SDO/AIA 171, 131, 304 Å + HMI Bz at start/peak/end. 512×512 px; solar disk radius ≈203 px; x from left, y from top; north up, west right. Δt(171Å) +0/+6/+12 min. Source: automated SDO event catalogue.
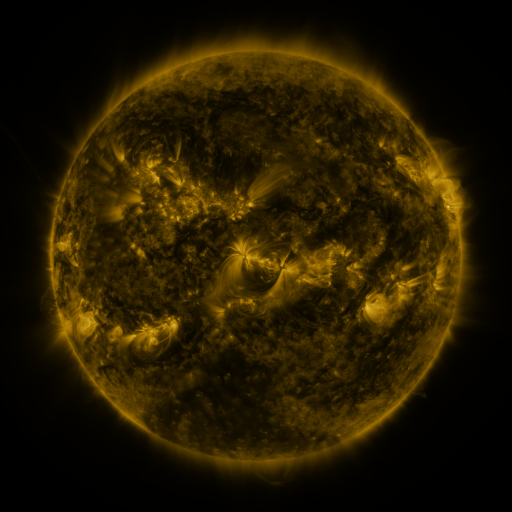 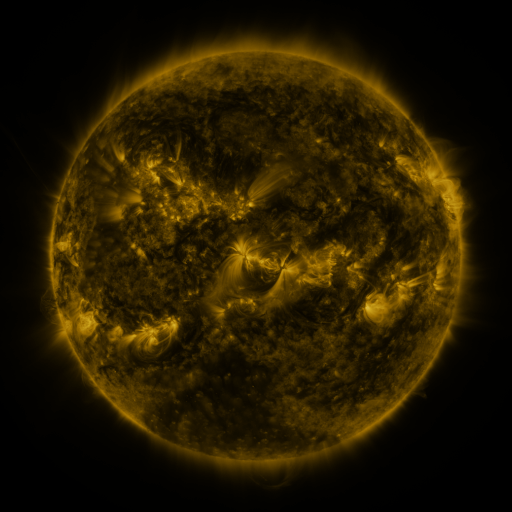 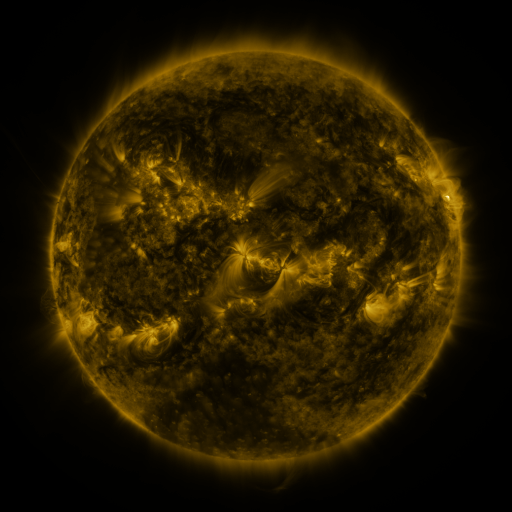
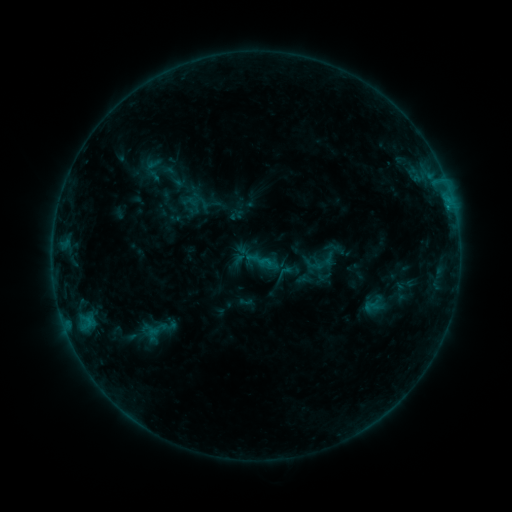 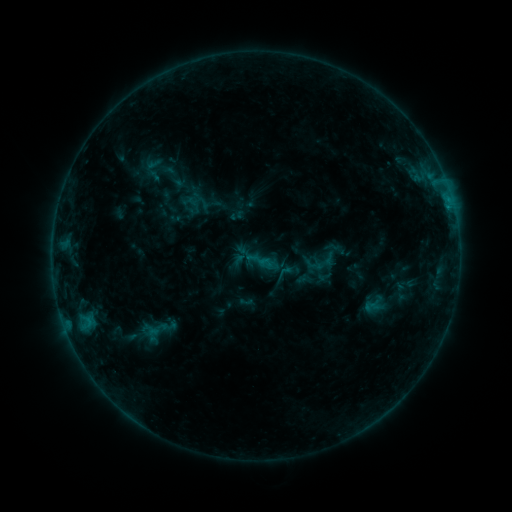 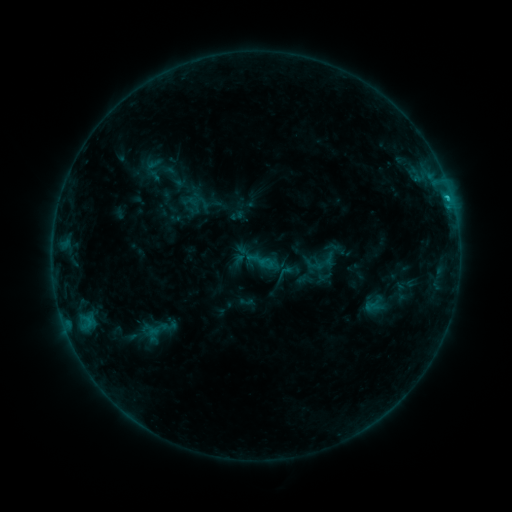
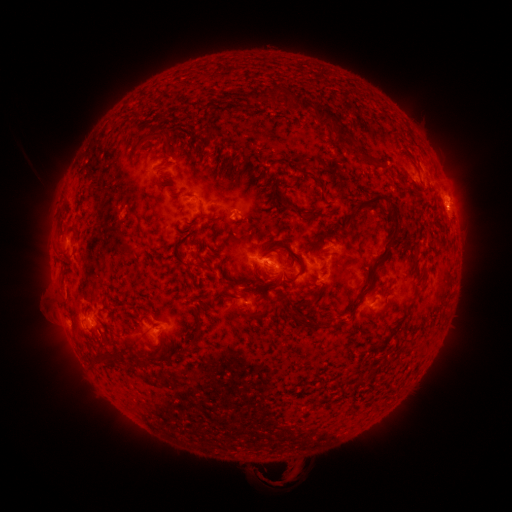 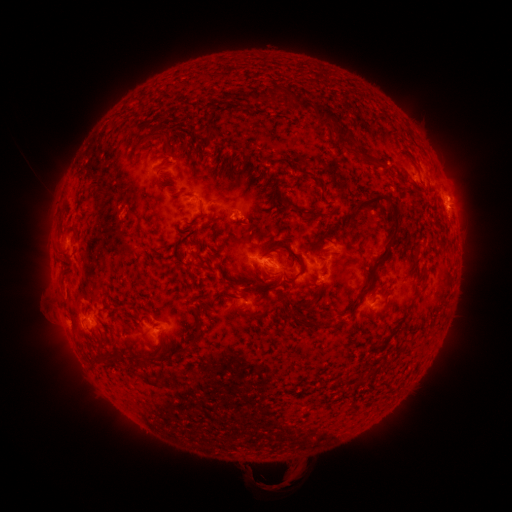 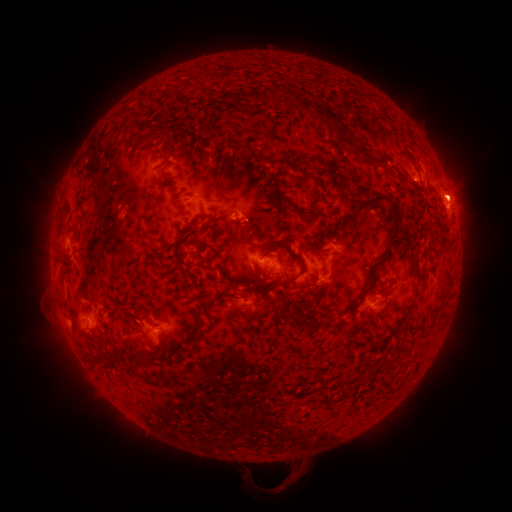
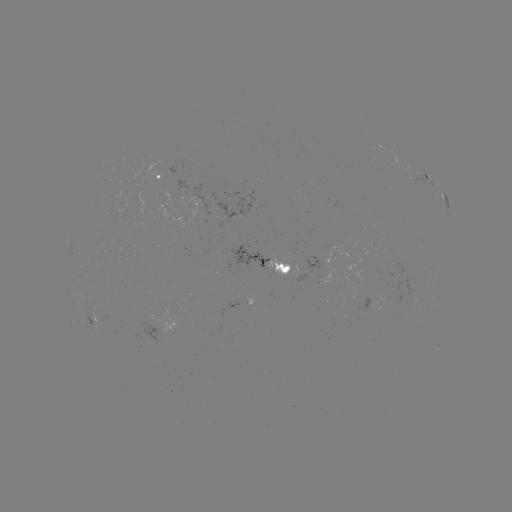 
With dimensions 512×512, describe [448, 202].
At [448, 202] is C1.3 flare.